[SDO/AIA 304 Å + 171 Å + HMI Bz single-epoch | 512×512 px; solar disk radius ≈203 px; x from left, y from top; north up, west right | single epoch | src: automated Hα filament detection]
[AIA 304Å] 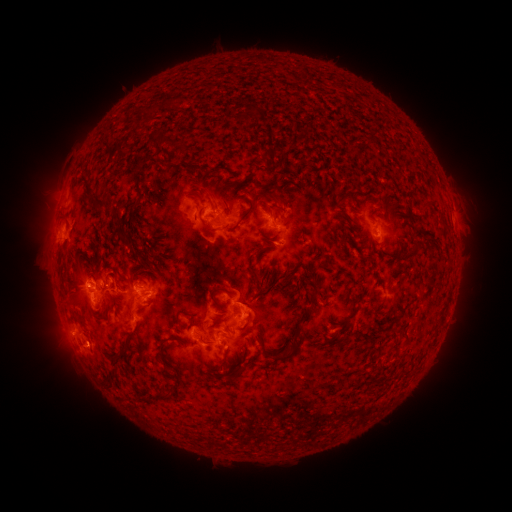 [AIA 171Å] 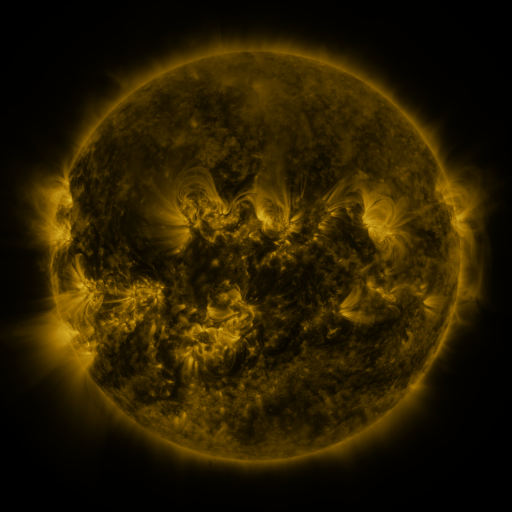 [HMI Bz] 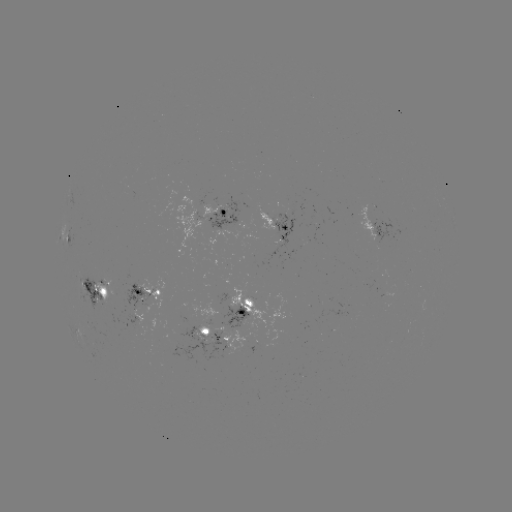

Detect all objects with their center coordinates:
filament: <bbox>238, 103, 261, 119</bbox>
filament: <bbox>134, 106, 154, 118</bbox>
filament: <bbox>134, 122, 141, 132</bbox>
filament: <bbox>151, 131, 185, 152</bbox>
filament: <bbox>97, 143, 112, 162</bbox>
filament: <bbox>113, 145, 123, 157</bbox>
filament: <bbox>257, 145, 277, 160</bbox>
filament: <bbox>163, 163, 175, 171</bbox>
filament: <bbox>215, 181, 240, 210</bbox>
filament: <bbox>192, 182, 204, 191</bbox>
filament: <bbox>134, 188, 143, 200</bbox>
filament: <bbox>268, 191, 285, 204</bbox>
filament: <bbox>189, 194, 218, 235</bbox>
filament: <bbox>83, 195, 118, 220</bbox>
filament: <bbox>230, 198, 271, 231</bbox>
filament: <bbox>339, 214, 348, 226</bbox>
filament: <bbox>439, 214, 448, 225</bbox>
filament: <bbox>117, 231, 127, 243</bbox>
filament: <bbox>261, 233, 272, 243</bbox>
filament: <bbox>411, 235, 421, 250</bbox>
filament: <bbox>253, 244, 266, 258</bbox>
filament: <bbox>319, 258, 335, 269</bbox>
filament: <bbox>280, 259, 292, 279</bbox>
filament: <bbox>250, 267, 264, 279</bbox>
filament: <bbox>90, 271, 99, 280</bbox>
filament: <bbox>301, 280, 309, 291</bbox>
filament: <bbox>211, 286, 234, 302</bbox>
filament: <bbox>245, 292, 258, 300</bbox>
filament: <bbox>263, 304, 315, 362</bbox>
filament: <bbox>183, 311, 200, 325</bbox>
filament: <bbox>237, 311, 253, 332</bbox>
filament: <bbox>74, 313, 89, 330</bbox>
filament: <bbox>220, 323, 232, 334</bbox>
filament: <bbox>200, 332, 217, 345</bbox>
filament: <bbox>110, 342, 132, 364</bbox>
filament: <bbox>245, 343, 251, 357</bbox>
filament: <bbox>160, 344, 175, 369</bbox>
filament: <bbox>219, 346, 232, 372</bbox>
filament: <bbox>229, 365, 247, 381</bbox>
filament: <bbox>107, 372, 121, 392</bbox>
